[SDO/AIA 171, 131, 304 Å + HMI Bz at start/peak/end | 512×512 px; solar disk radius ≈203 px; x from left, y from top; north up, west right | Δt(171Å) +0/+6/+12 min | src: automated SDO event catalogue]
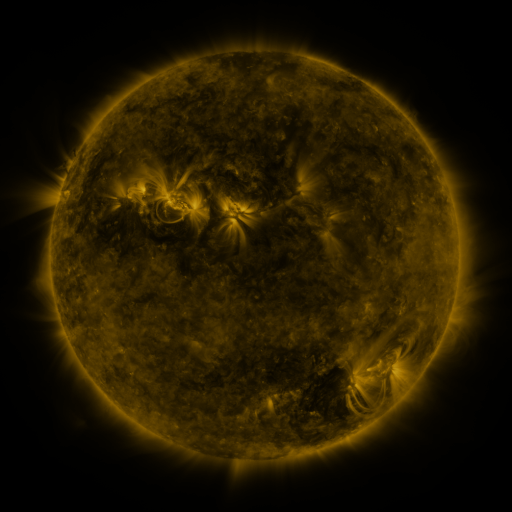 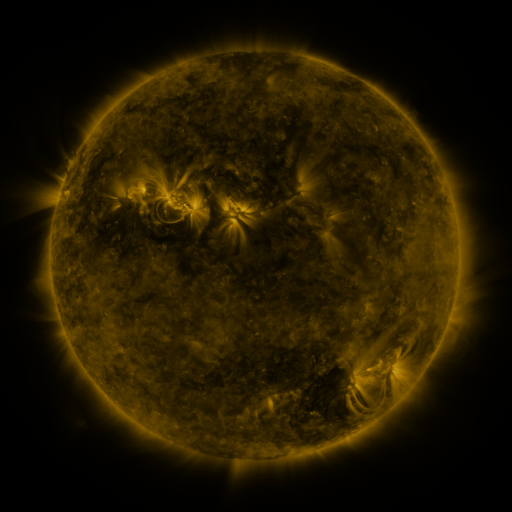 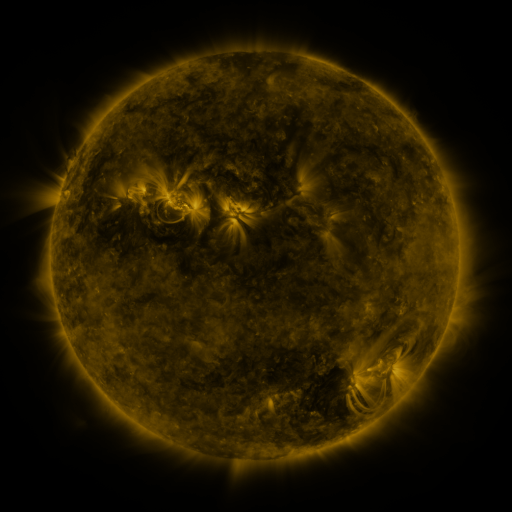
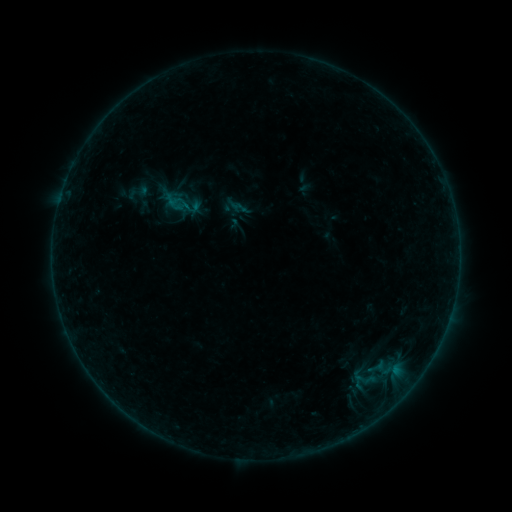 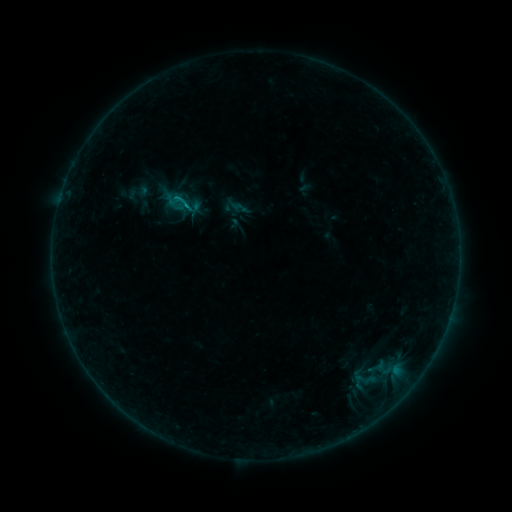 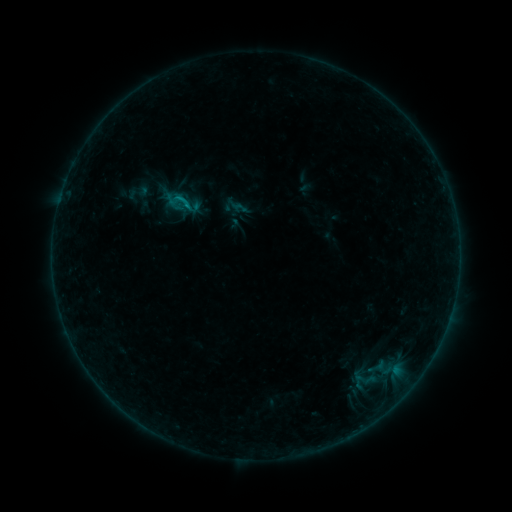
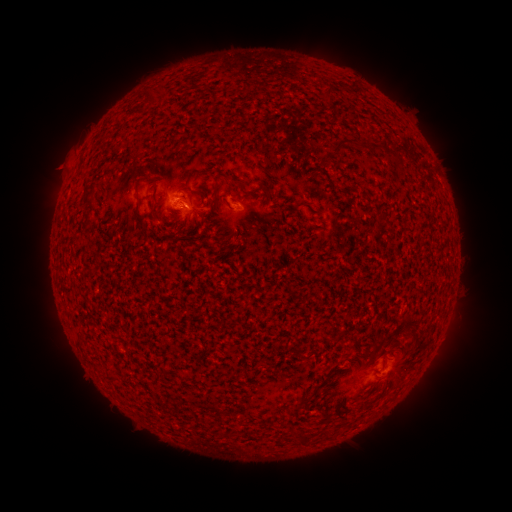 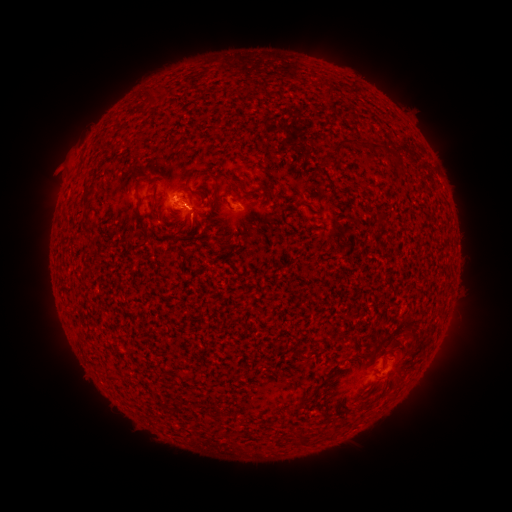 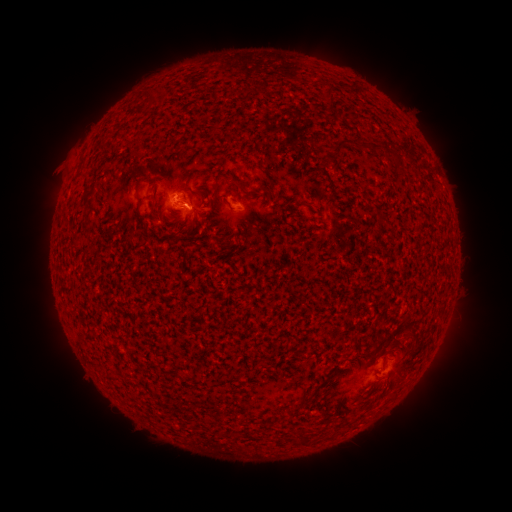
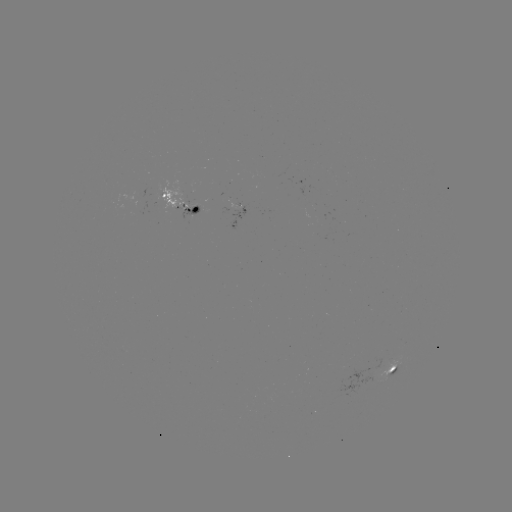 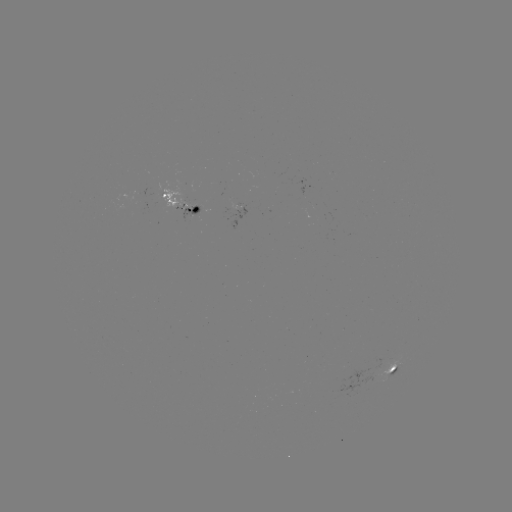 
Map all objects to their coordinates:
B5.3 flare: (190, 208)
